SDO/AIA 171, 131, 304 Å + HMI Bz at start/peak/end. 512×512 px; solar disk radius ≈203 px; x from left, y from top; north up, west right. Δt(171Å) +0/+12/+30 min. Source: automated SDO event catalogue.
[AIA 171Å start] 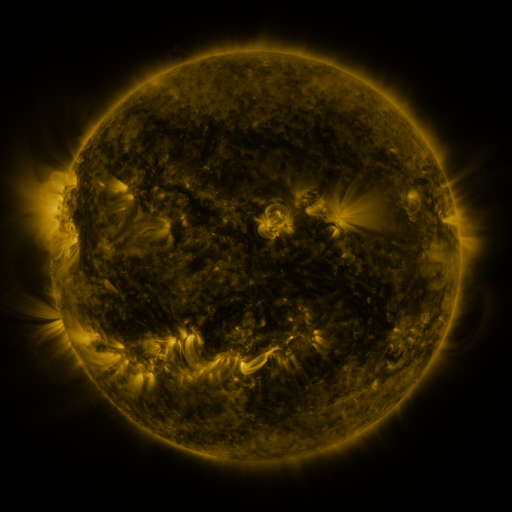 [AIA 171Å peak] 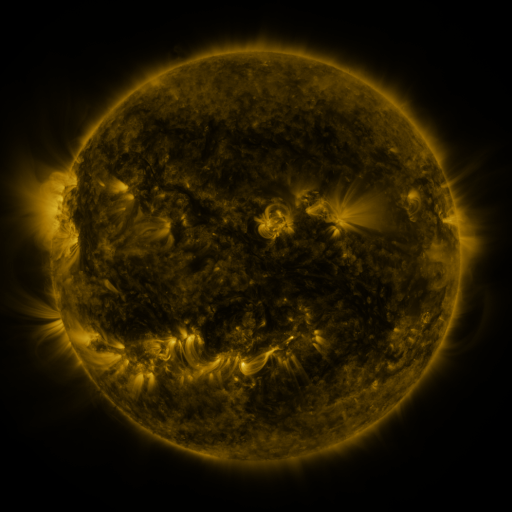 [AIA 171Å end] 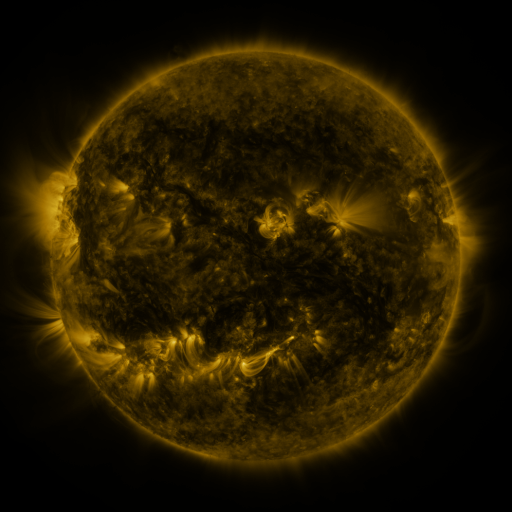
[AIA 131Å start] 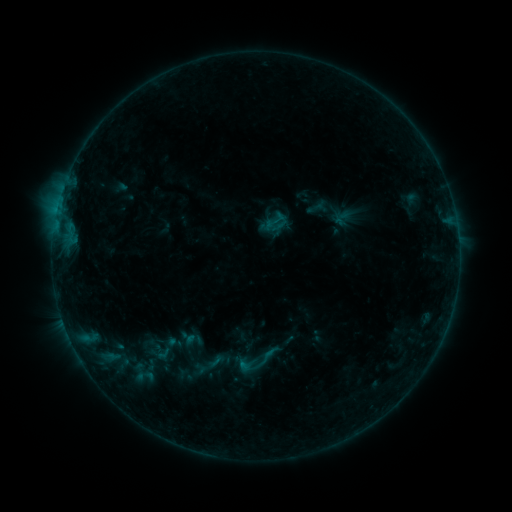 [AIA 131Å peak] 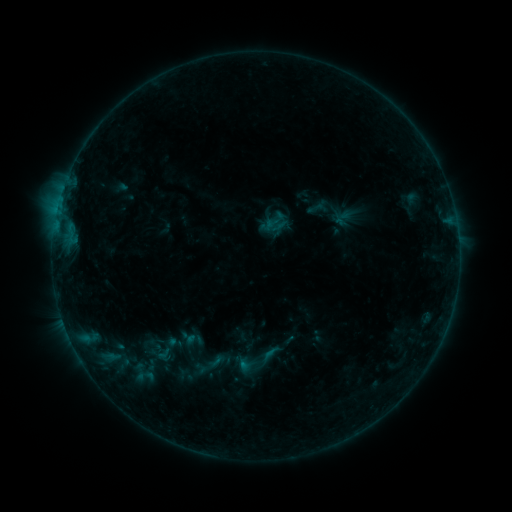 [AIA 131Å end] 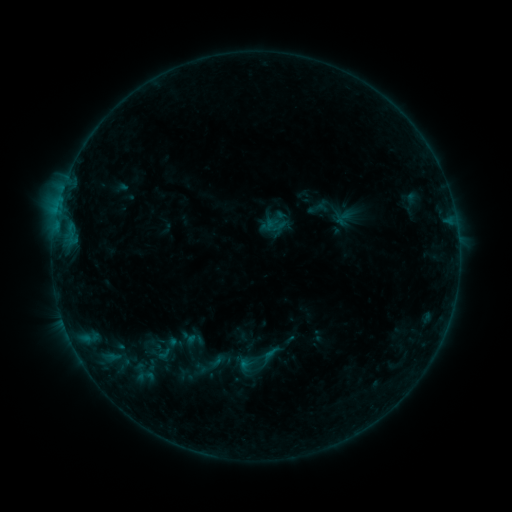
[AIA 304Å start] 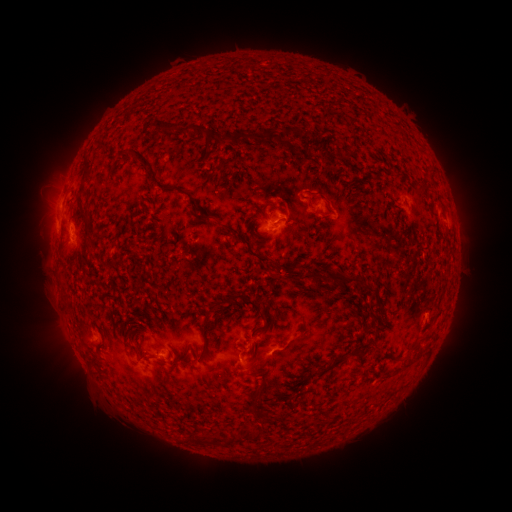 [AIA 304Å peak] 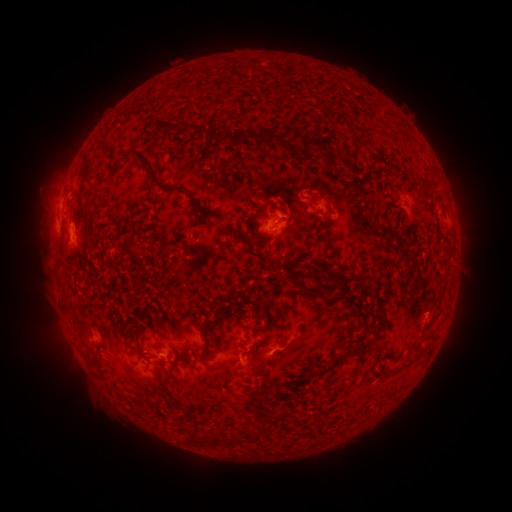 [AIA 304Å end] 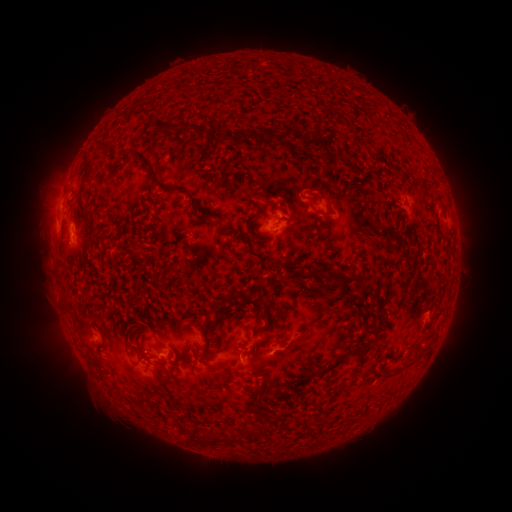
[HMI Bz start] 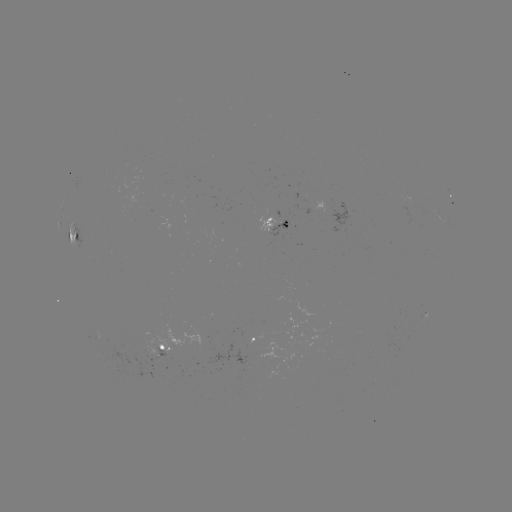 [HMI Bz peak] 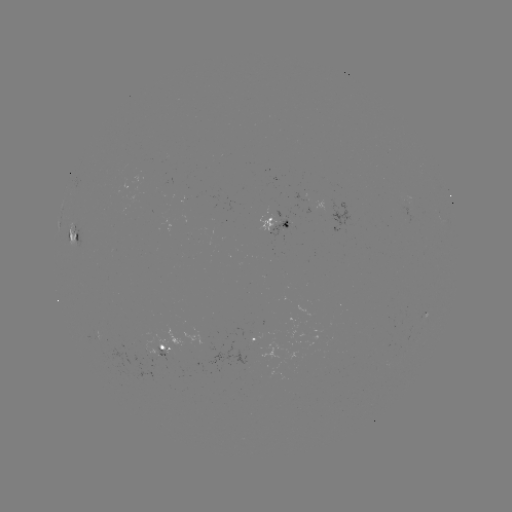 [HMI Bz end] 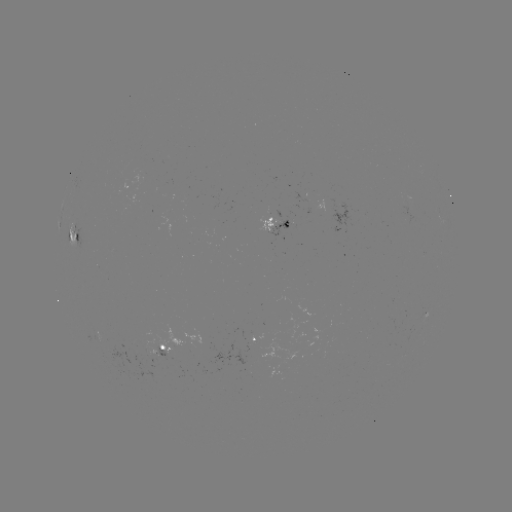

no flare in any classed list; no EUV-trigger detection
